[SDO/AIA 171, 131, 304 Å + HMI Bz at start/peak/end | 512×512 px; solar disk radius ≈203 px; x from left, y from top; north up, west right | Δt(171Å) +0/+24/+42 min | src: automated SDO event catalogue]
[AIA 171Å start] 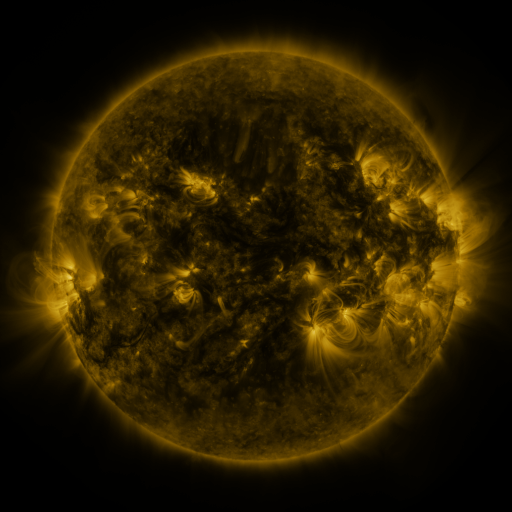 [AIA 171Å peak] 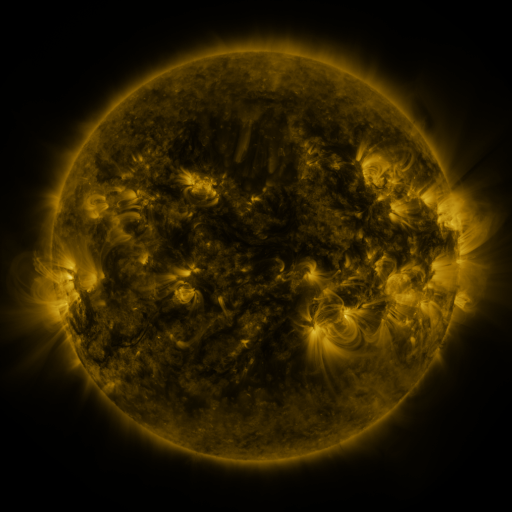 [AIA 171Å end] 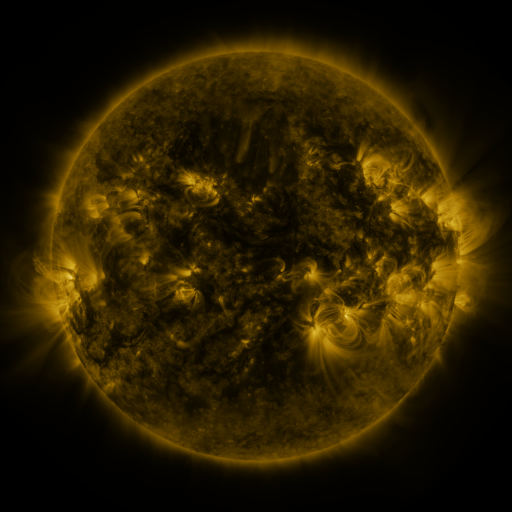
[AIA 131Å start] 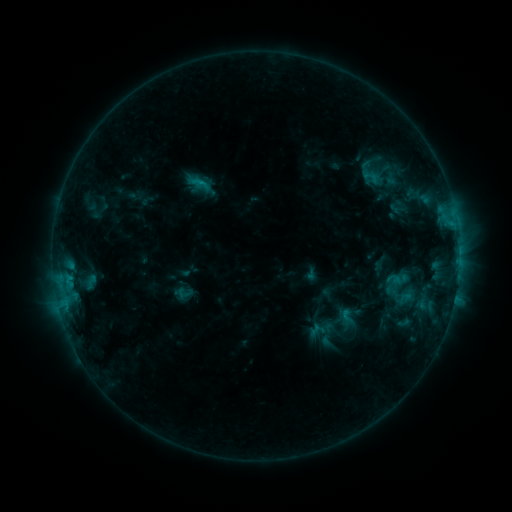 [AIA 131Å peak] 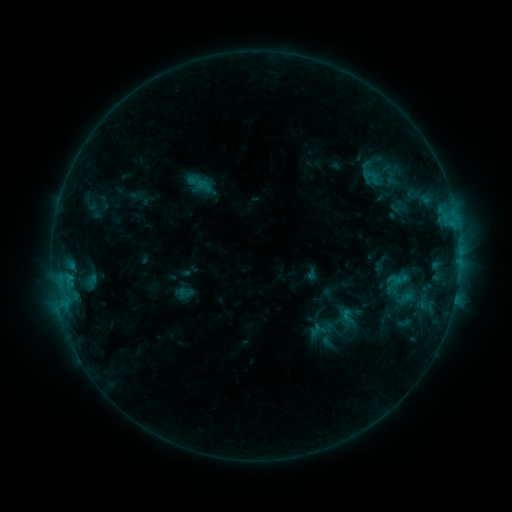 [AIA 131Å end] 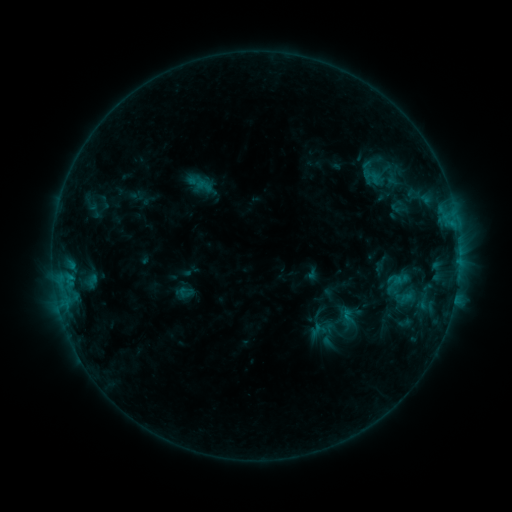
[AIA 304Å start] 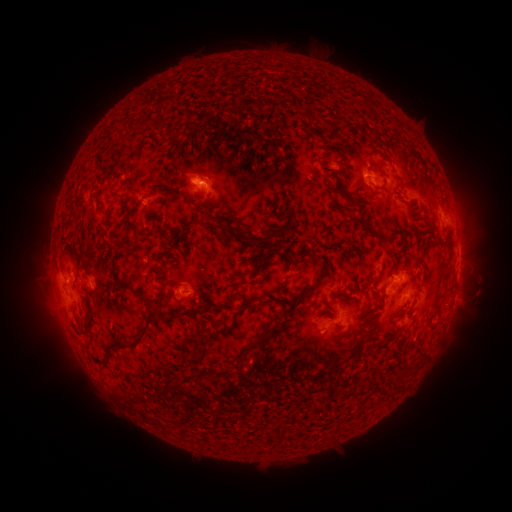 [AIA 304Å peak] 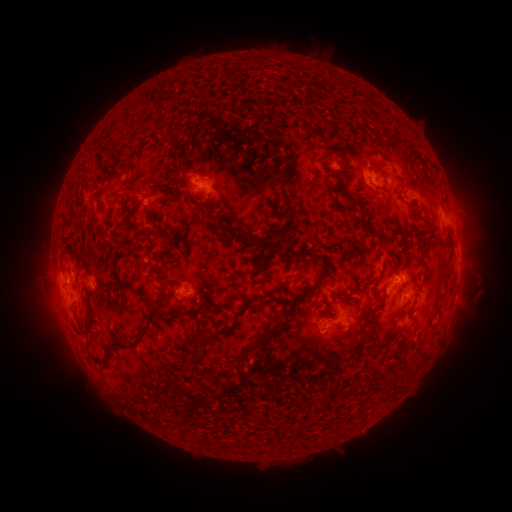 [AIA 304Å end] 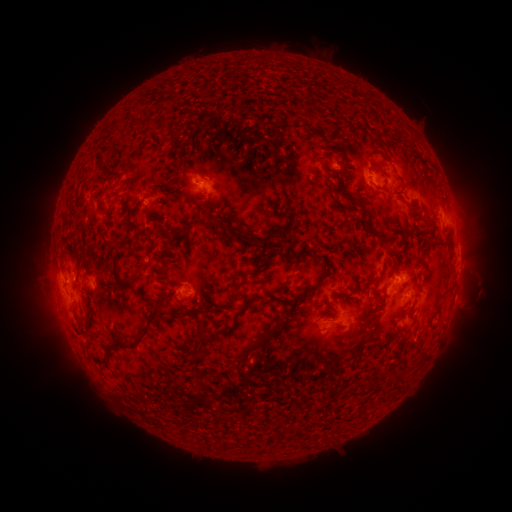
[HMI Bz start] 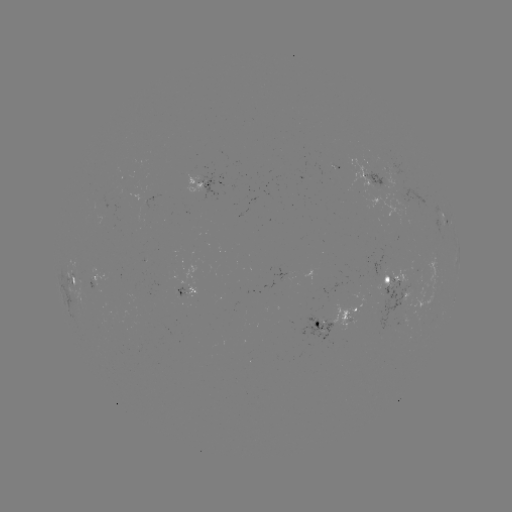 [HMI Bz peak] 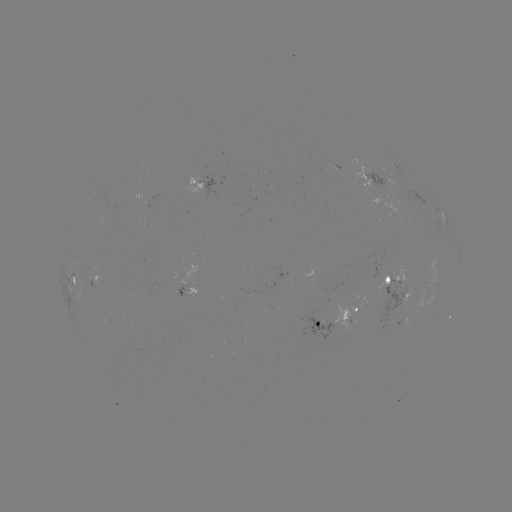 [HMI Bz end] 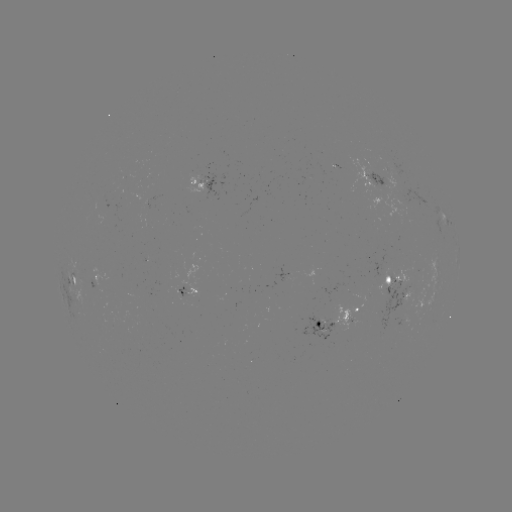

no flare in any classed list; no EUV-trigger detection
